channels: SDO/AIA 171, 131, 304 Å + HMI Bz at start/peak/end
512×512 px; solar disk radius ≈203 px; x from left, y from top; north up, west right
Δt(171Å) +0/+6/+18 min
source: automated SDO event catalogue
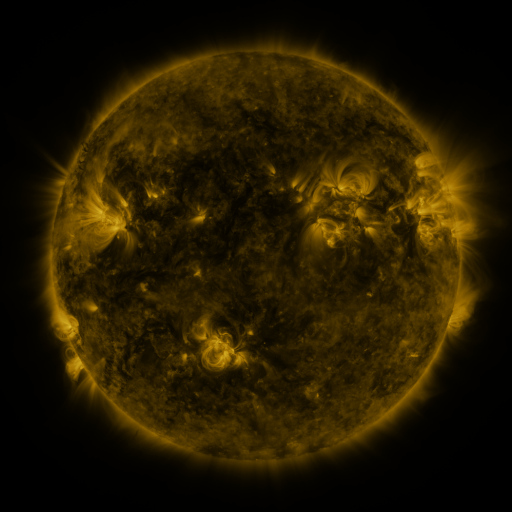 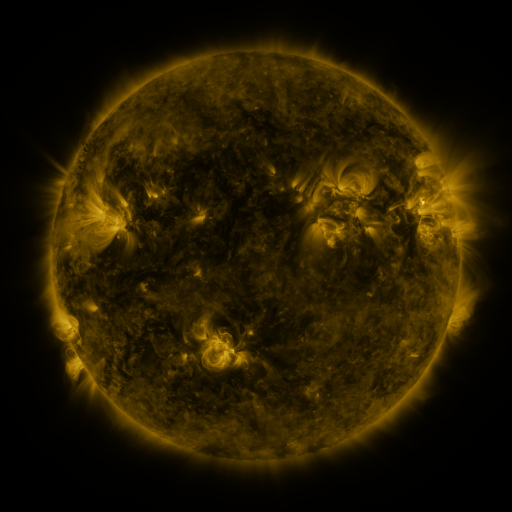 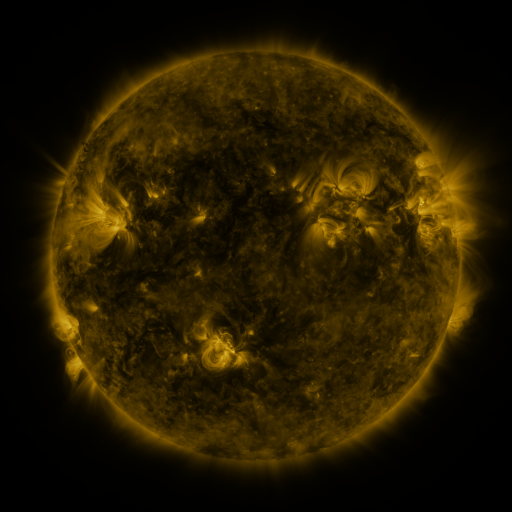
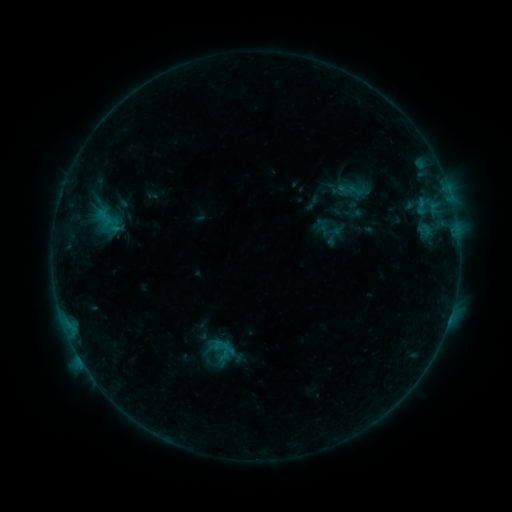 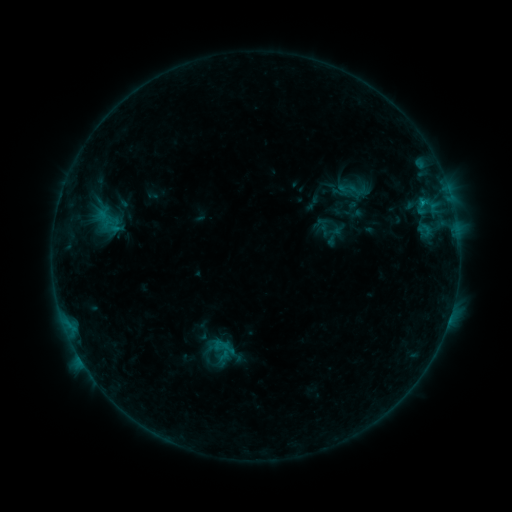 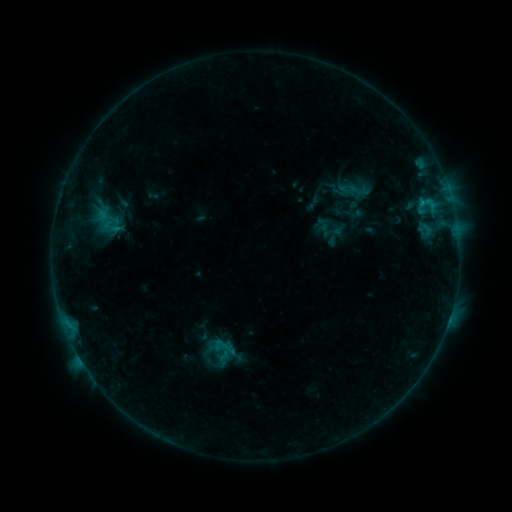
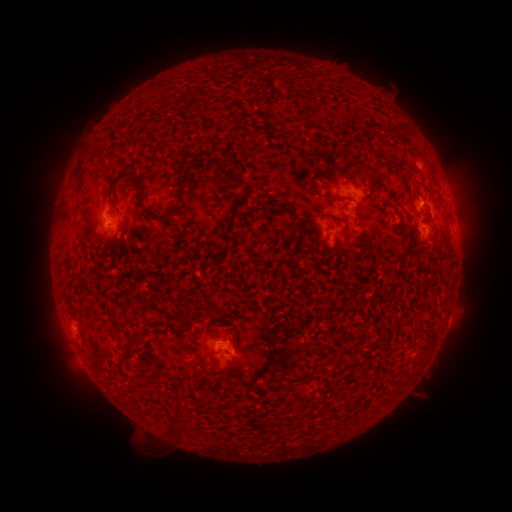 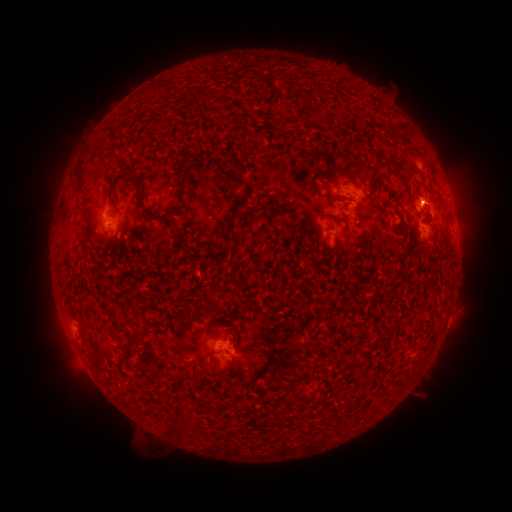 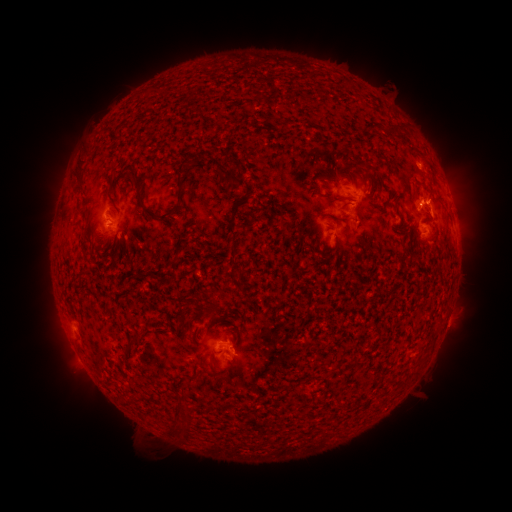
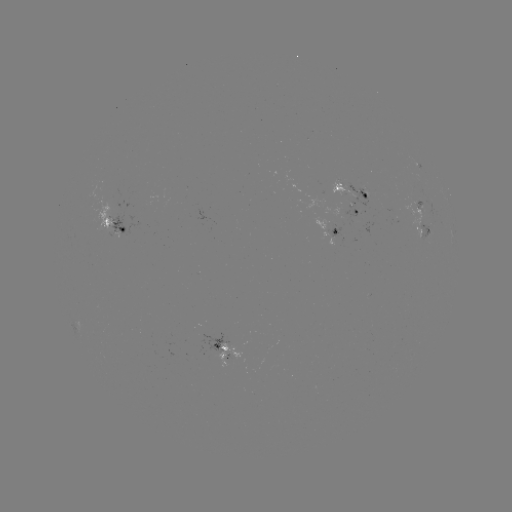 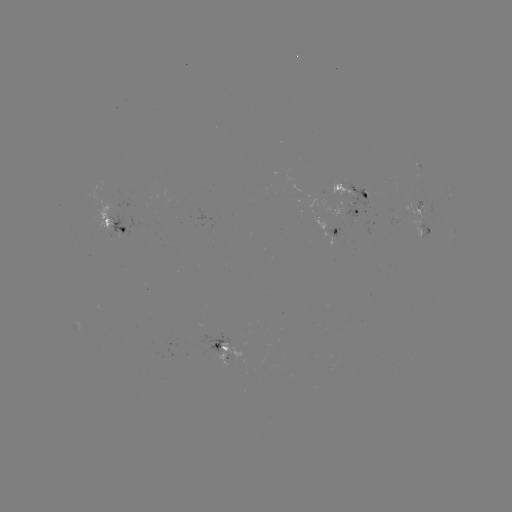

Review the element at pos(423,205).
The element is B7.6 flare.